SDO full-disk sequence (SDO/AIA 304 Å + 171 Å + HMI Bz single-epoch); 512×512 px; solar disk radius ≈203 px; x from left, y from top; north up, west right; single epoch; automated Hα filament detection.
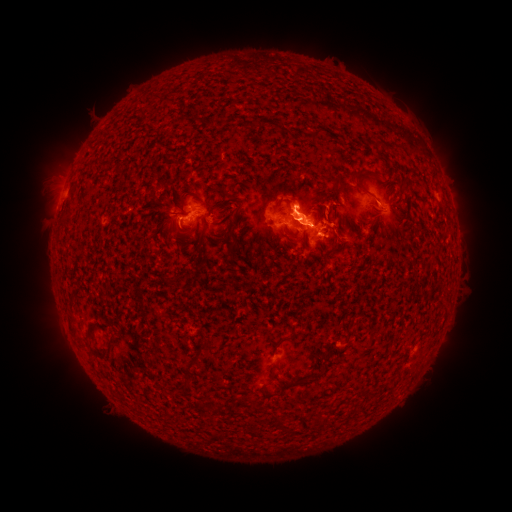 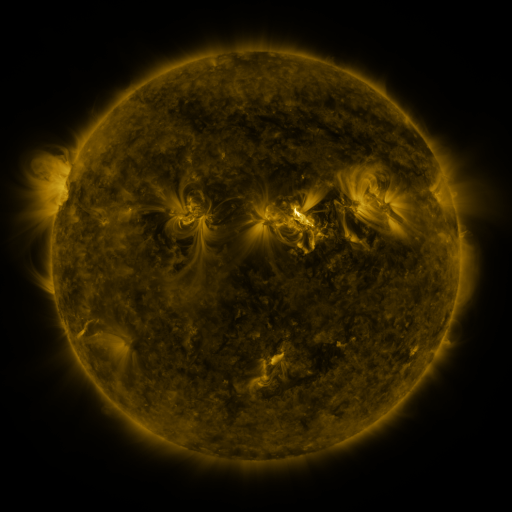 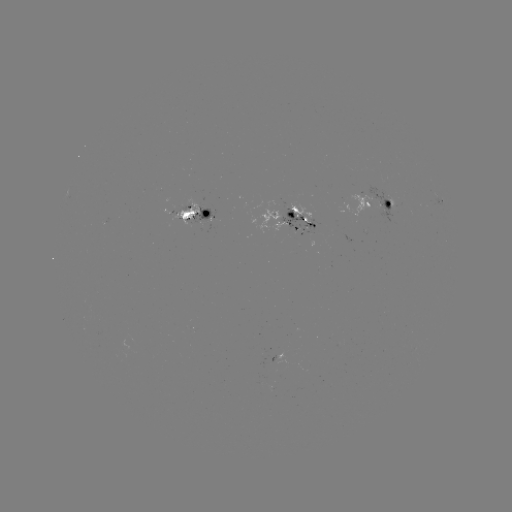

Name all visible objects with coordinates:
filament: [311, 128, 322, 141]
filament: [357, 171, 378, 179]
filament: [210, 184, 229, 197]
filament: [344, 186, 354, 201]
filament: [360, 188, 372, 197]
filament: [273, 199, 294, 220]
filament: [232, 208, 241, 222]
filament: [175, 225, 185, 235]
filament: [328, 244, 342, 255]
filament: [278, 336, 290, 343]
filament: [182, 358, 199, 371]
filament: [299, 365, 325, 386]
filament: [255, 384, 264, 393]
filament: [274, 417, 283, 430]
